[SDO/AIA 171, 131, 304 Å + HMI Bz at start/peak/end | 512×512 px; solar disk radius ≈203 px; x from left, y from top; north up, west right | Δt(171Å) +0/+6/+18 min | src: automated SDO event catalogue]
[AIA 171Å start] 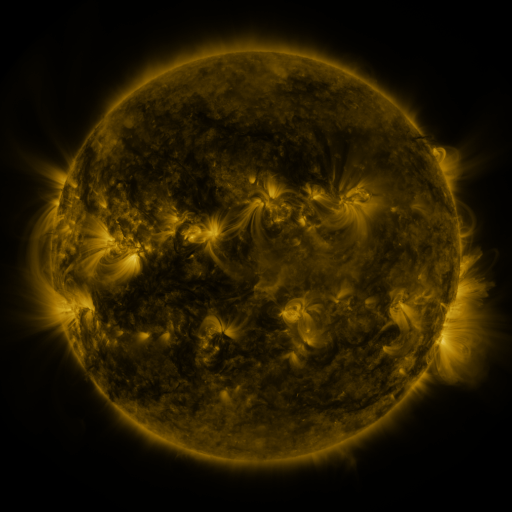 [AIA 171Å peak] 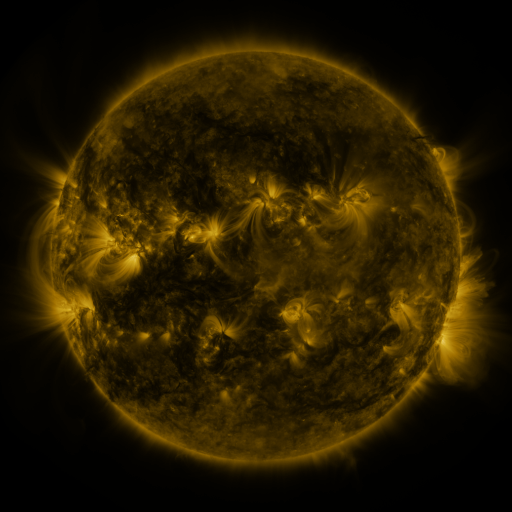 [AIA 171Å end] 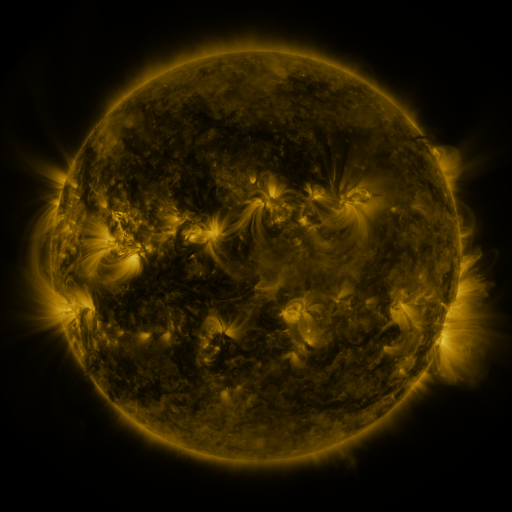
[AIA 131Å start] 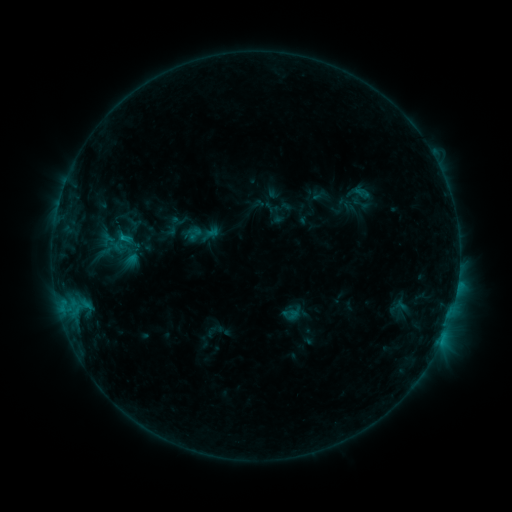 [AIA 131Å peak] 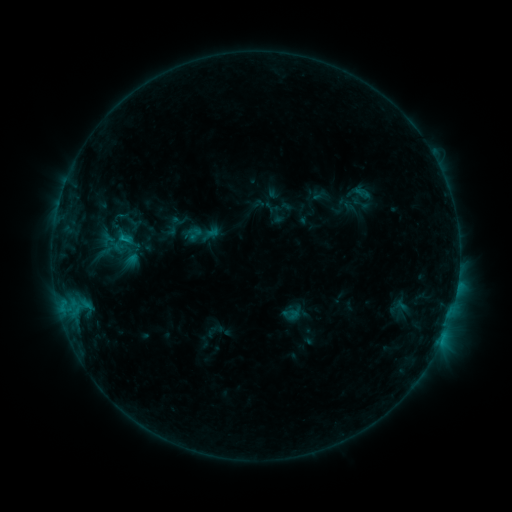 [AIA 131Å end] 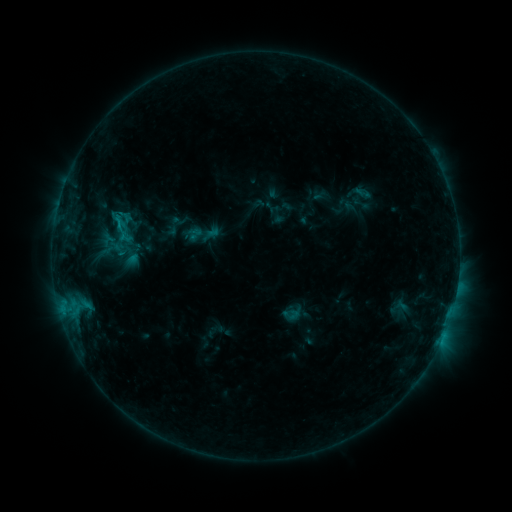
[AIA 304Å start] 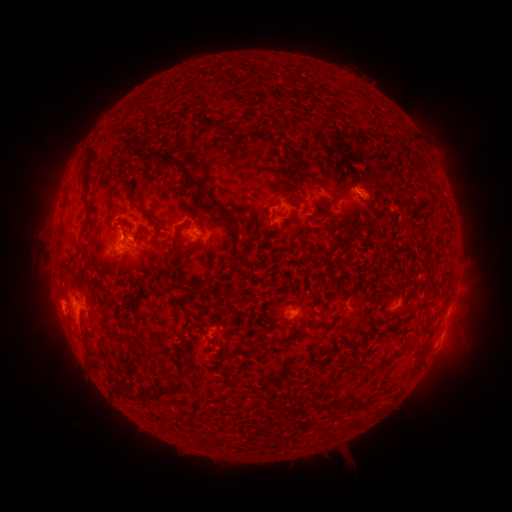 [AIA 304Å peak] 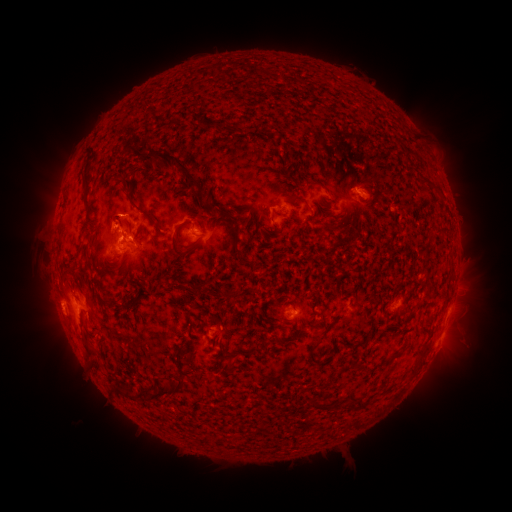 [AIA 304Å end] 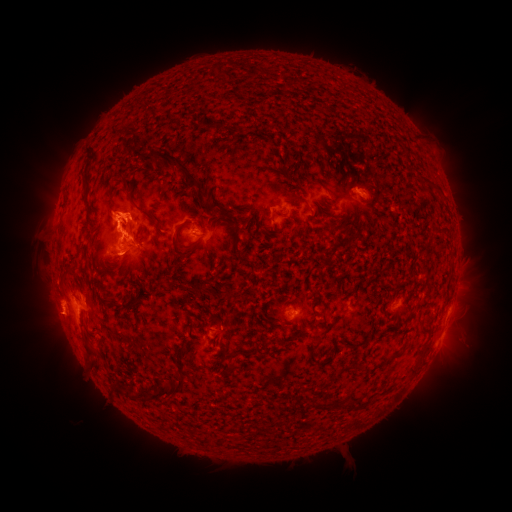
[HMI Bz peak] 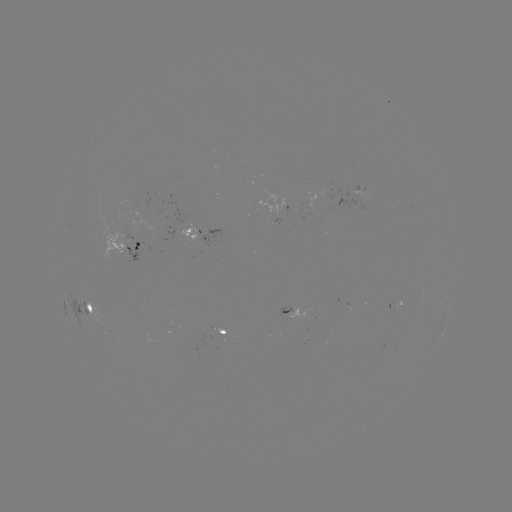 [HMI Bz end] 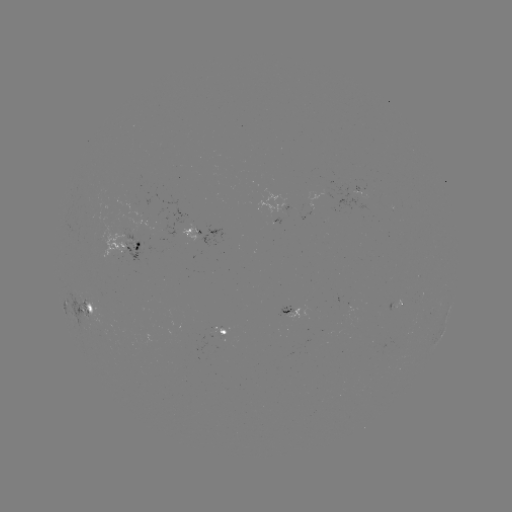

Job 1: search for eruption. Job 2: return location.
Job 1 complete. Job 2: (118, 215).